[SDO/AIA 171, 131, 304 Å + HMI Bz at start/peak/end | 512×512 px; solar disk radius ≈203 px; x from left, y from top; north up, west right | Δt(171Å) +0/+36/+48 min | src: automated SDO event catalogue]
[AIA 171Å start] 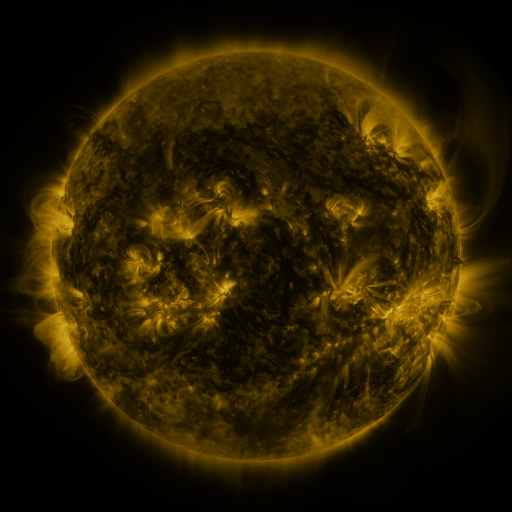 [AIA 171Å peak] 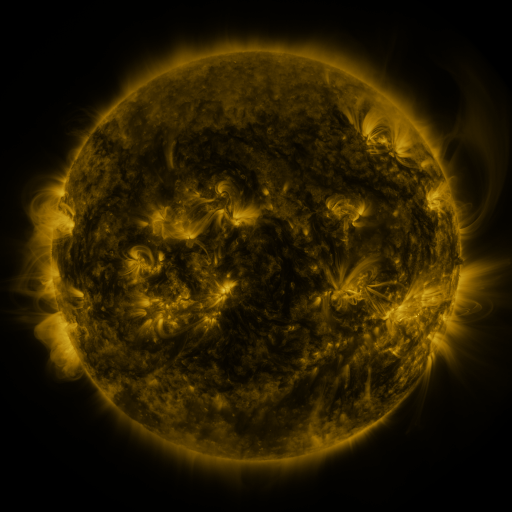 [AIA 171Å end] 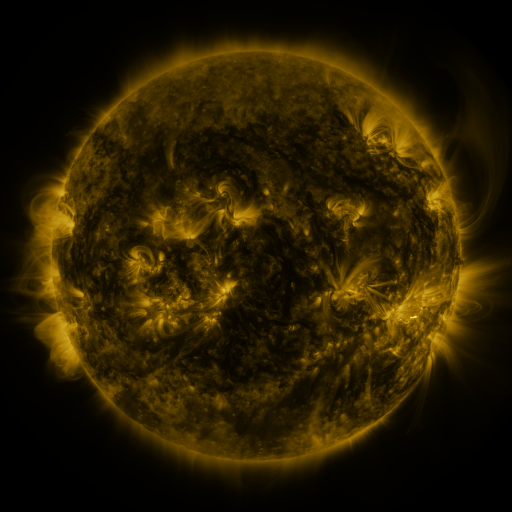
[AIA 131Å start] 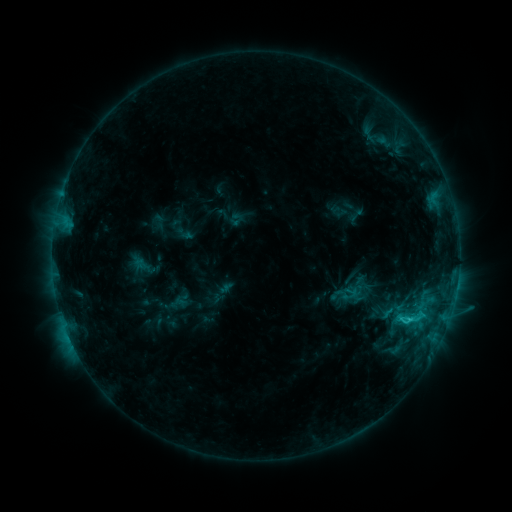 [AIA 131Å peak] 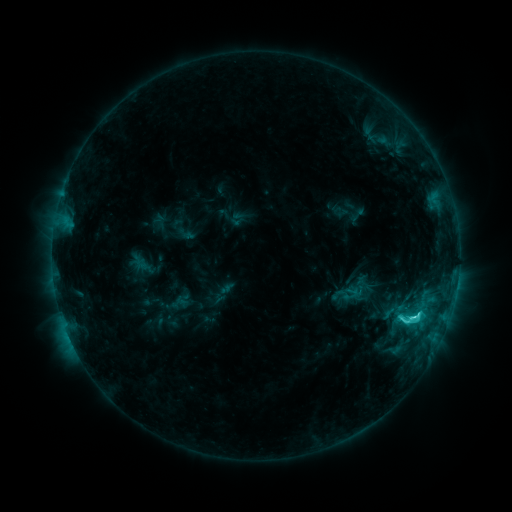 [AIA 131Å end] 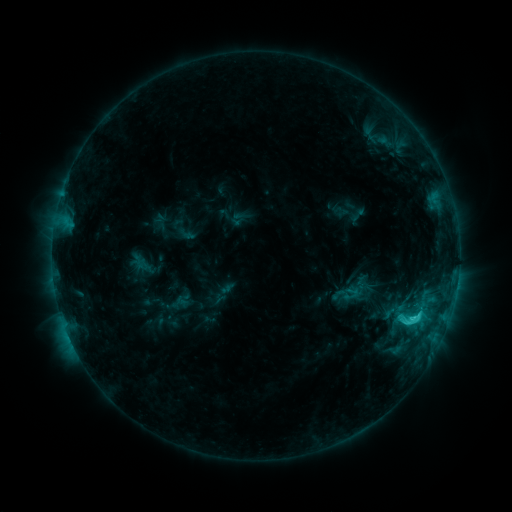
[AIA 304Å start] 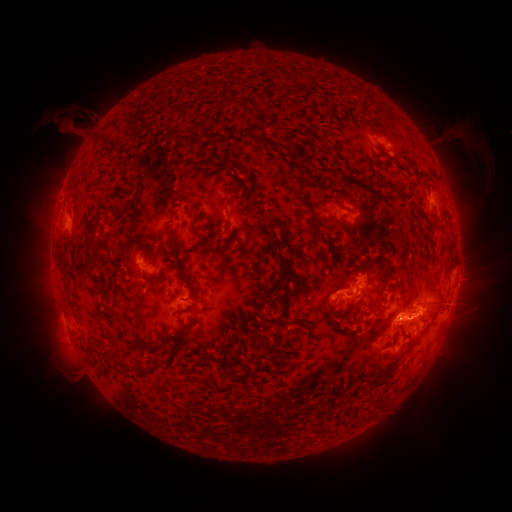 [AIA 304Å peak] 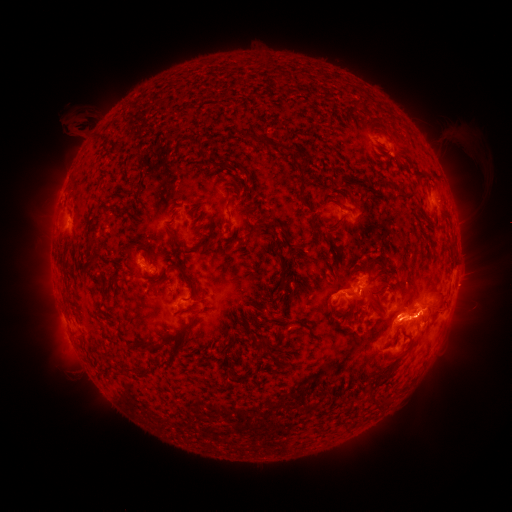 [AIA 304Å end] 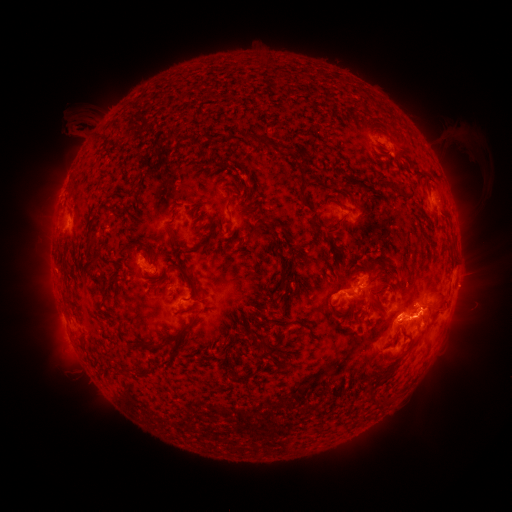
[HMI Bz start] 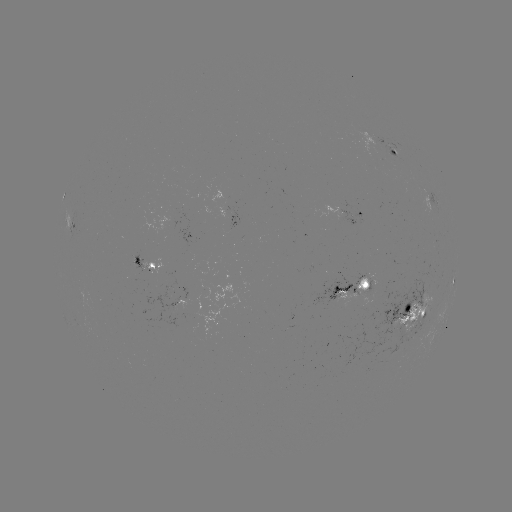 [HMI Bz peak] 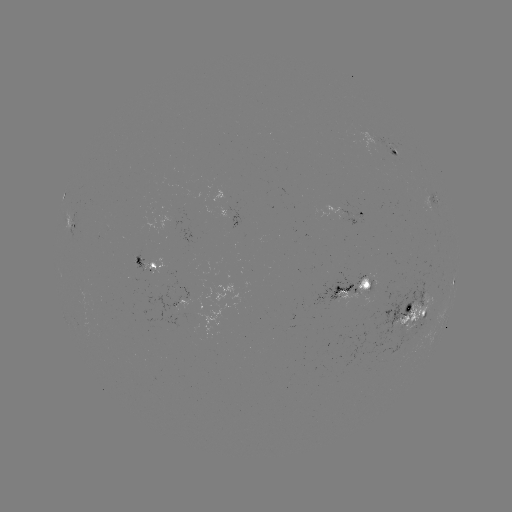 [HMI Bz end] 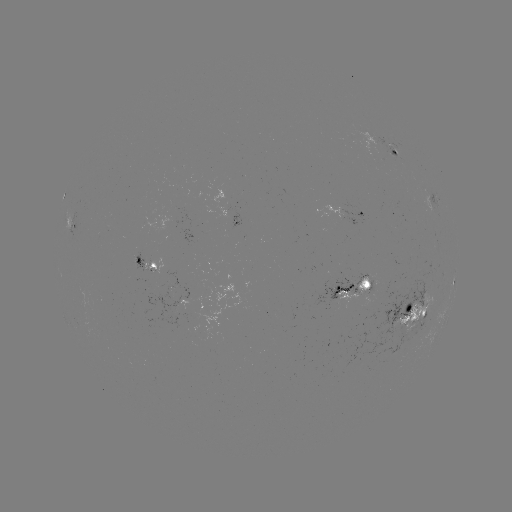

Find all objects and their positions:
C5.2 flare: (414, 315)
